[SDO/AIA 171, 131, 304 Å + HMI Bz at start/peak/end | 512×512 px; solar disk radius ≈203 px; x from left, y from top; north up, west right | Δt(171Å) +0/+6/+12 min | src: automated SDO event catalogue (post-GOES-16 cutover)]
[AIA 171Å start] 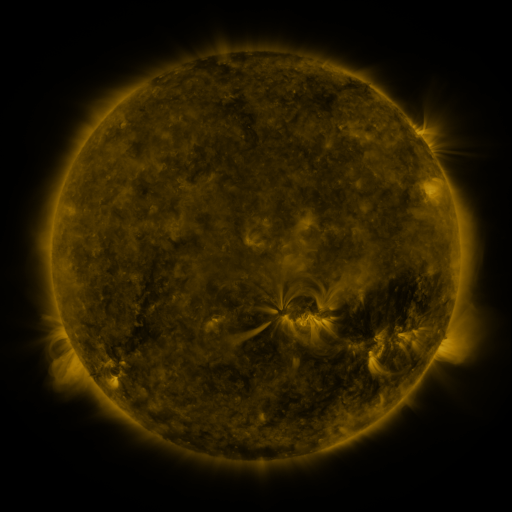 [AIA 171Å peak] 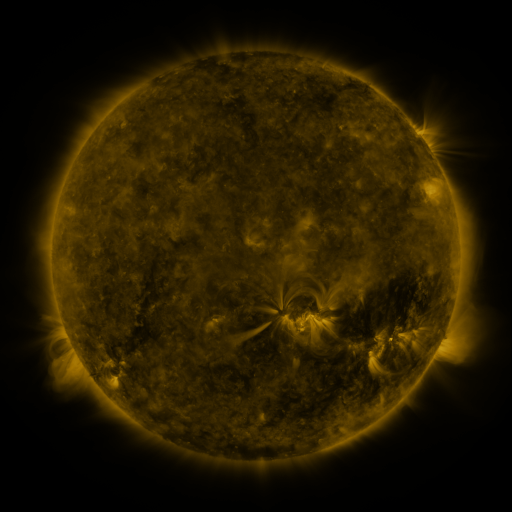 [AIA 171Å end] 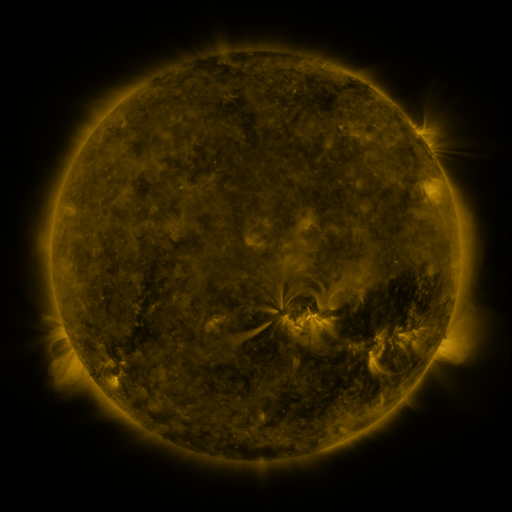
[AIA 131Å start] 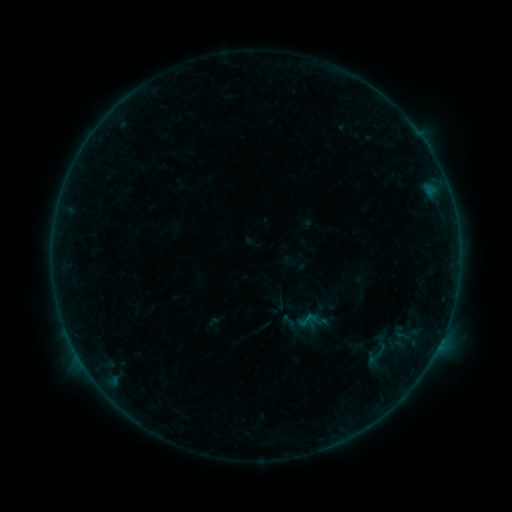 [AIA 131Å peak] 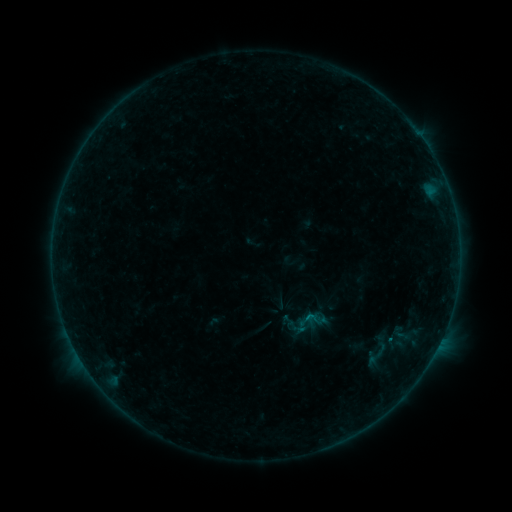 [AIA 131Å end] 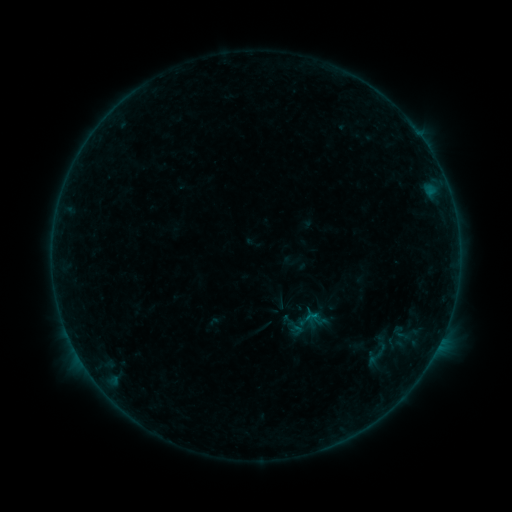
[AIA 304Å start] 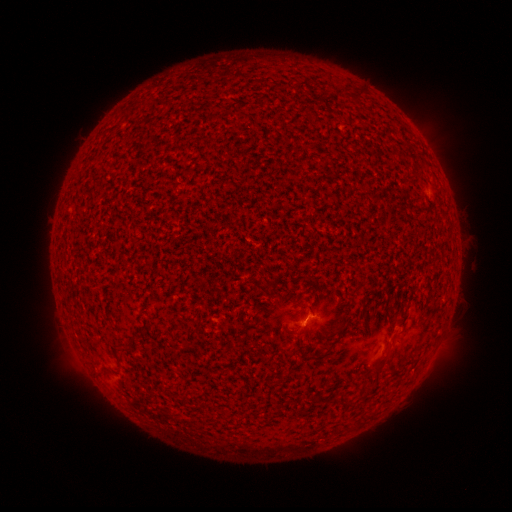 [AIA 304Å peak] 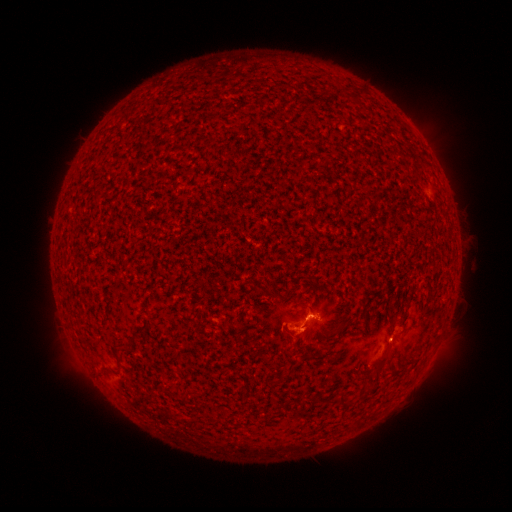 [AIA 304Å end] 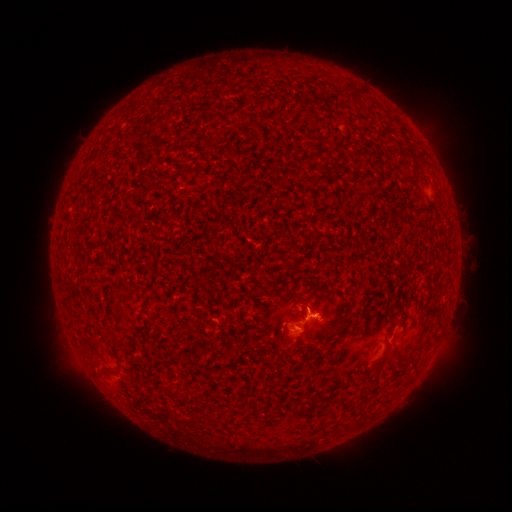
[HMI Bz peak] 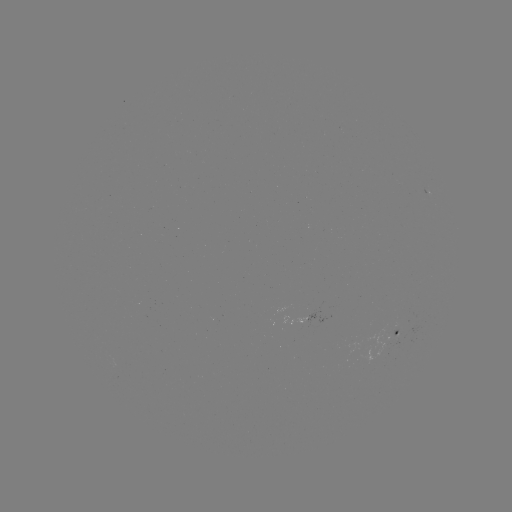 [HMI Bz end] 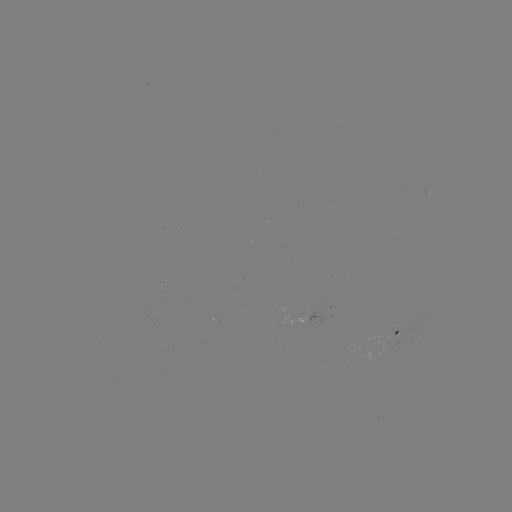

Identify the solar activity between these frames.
eruption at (299, 339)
